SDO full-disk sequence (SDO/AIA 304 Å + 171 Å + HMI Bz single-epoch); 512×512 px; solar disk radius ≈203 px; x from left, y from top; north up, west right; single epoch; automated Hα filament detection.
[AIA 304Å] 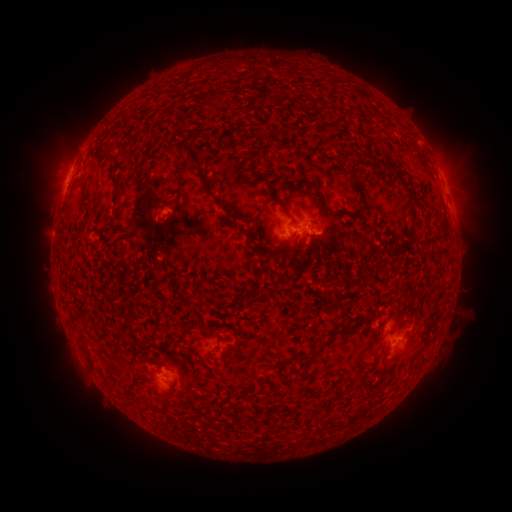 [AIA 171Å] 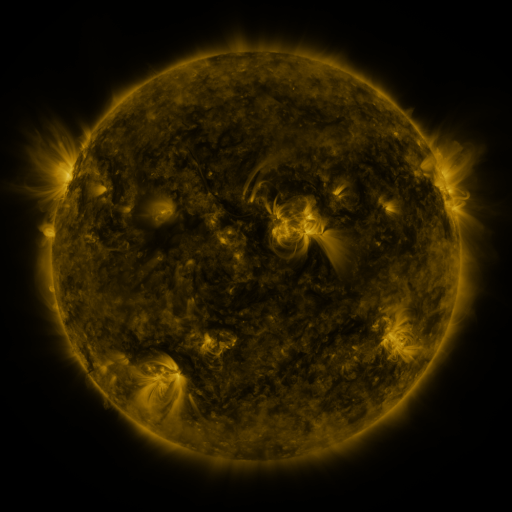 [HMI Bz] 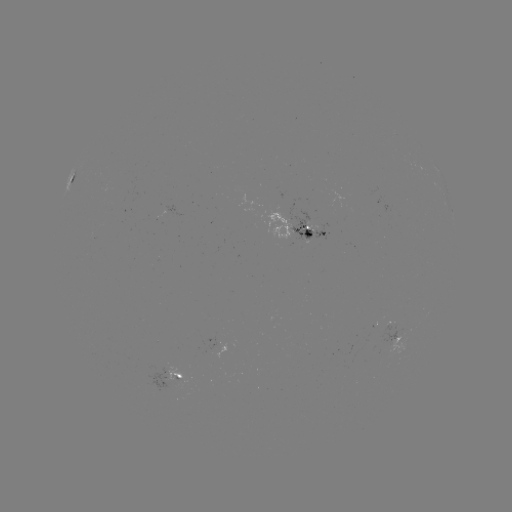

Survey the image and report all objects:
filament: (204, 91, 227, 112)
filament: (343, 109, 351, 118)
filament: (178, 116, 188, 129)
filament: (174, 140, 228, 213)
filament: (95, 153, 115, 161)
filament: (371, 157, 406, 185)
filament: (348, 173, 363, 193)
filament: (295, 177, 345, 219)
filament: (114, 178, 125, 192)
filament: (400, 182, 410, 193)
filament: (351, 197, 368, 217)
filament: (154, 204, 166, 212)
filament: (405, 209, 418, 234)
filament: (246, 225, 278, 260)
filament: (281, 232, 296, 258)
filament: (304, 245, 313, 261)
filament: (373, 258, 381, 271)
filament: (80, 337, 92, 362)
filament: (297, 339, 330, 363)
